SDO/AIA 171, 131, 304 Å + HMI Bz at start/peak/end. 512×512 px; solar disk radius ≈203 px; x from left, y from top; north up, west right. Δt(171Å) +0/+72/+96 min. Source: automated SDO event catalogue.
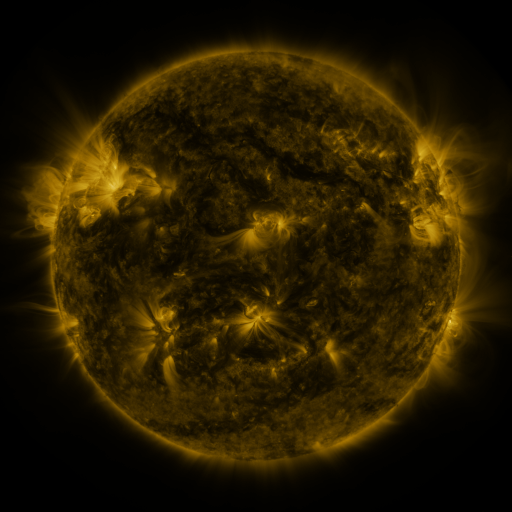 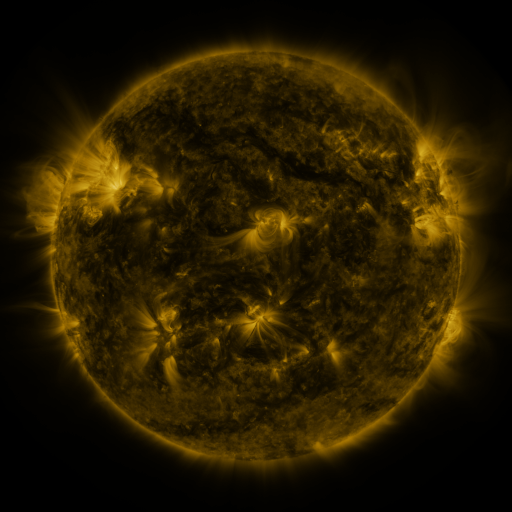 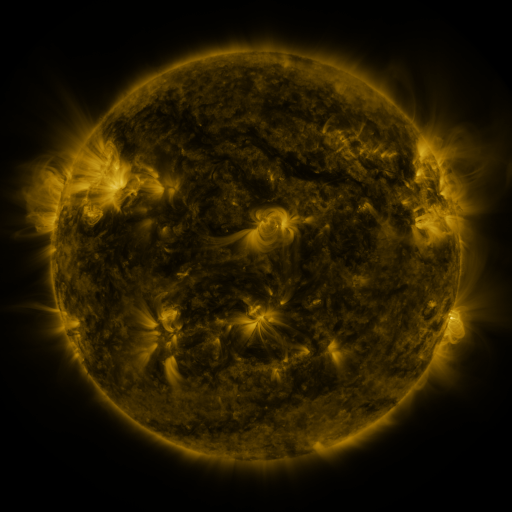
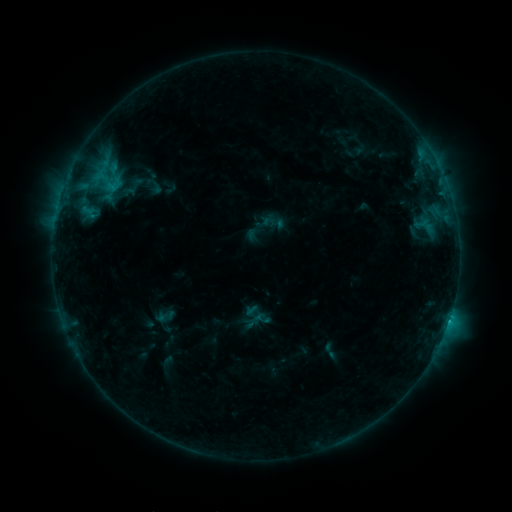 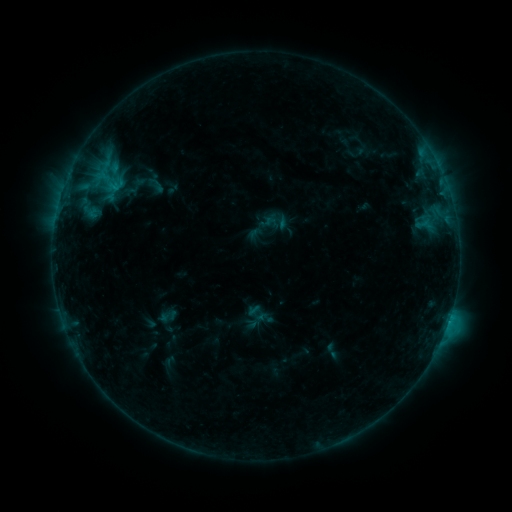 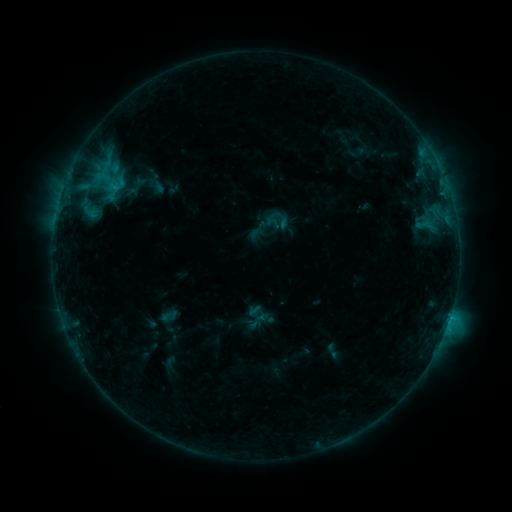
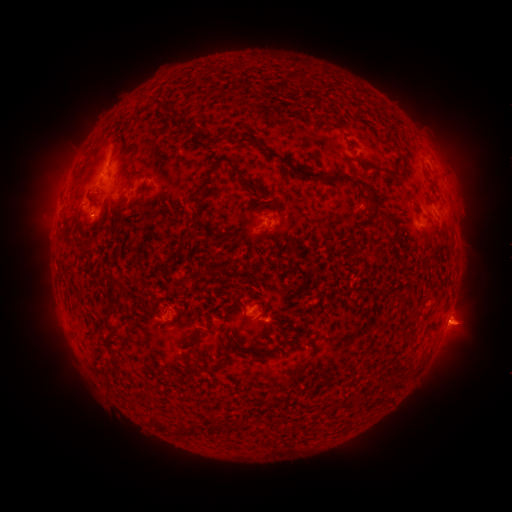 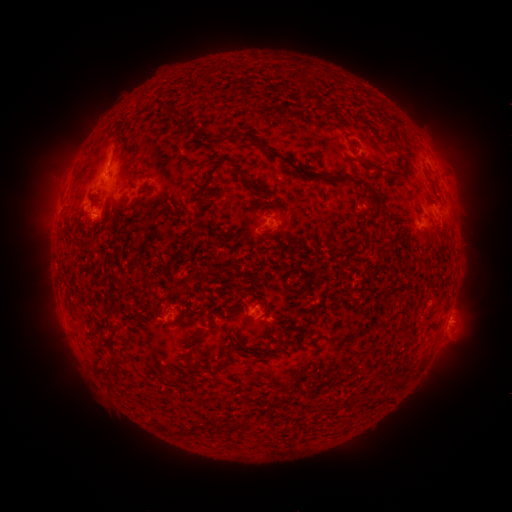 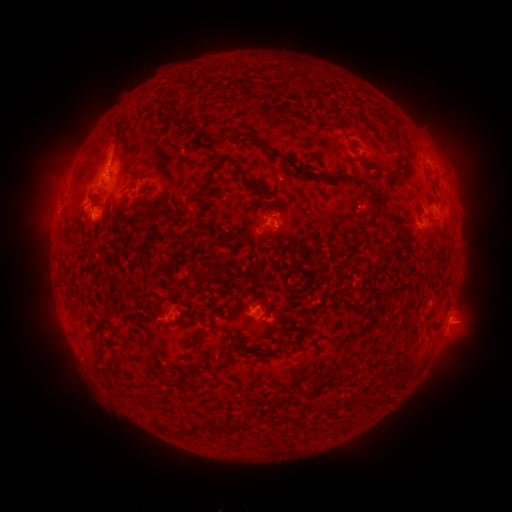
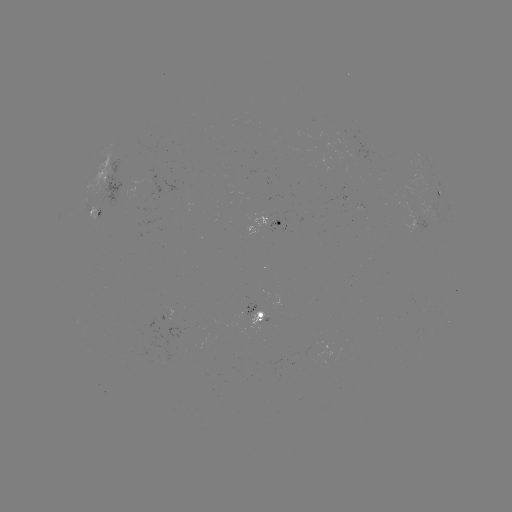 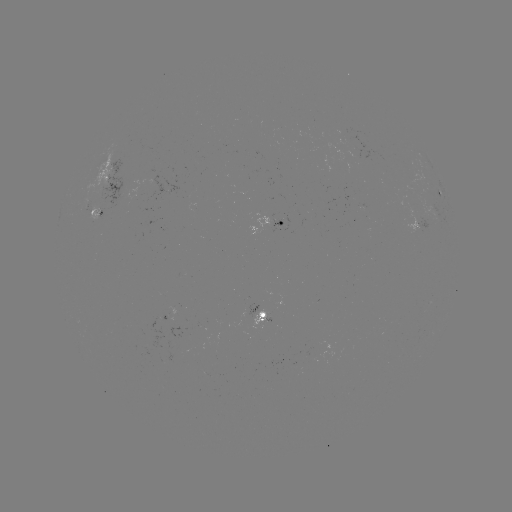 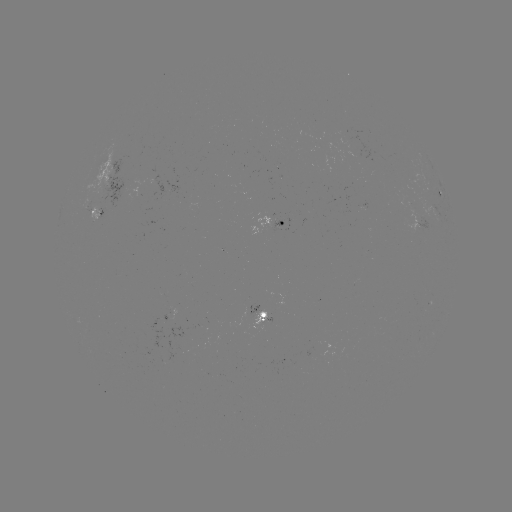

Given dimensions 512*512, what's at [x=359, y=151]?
emerging-flux region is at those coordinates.